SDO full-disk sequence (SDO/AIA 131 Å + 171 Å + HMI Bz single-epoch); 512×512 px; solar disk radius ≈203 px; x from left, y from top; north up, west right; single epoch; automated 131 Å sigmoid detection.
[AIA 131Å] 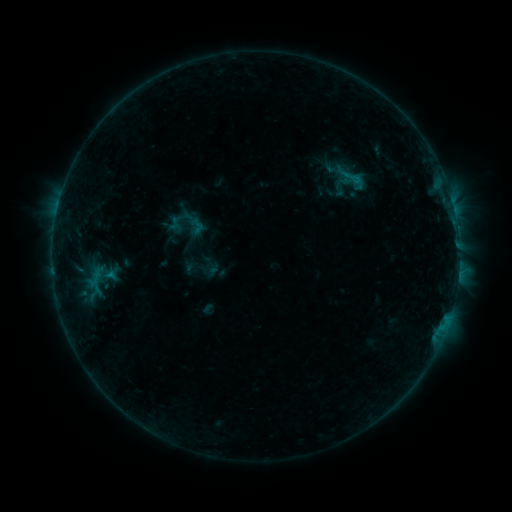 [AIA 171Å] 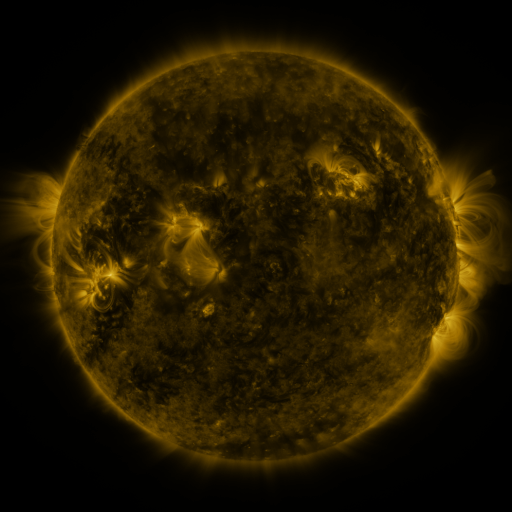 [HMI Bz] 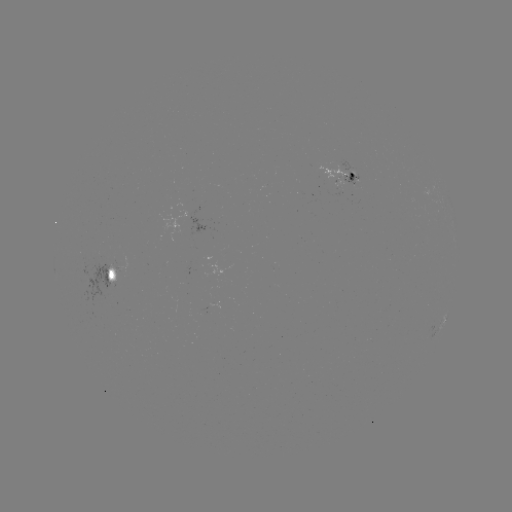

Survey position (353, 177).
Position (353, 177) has sigmoid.